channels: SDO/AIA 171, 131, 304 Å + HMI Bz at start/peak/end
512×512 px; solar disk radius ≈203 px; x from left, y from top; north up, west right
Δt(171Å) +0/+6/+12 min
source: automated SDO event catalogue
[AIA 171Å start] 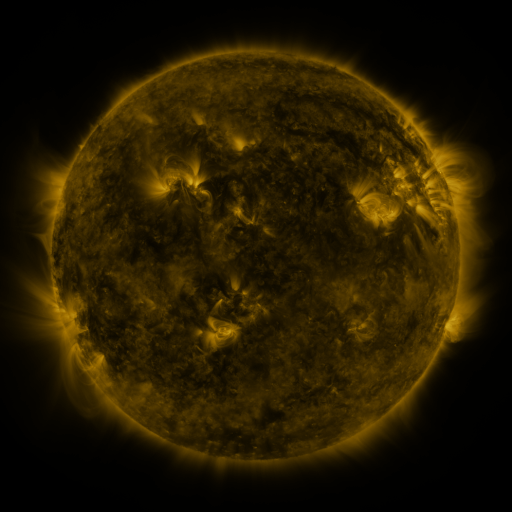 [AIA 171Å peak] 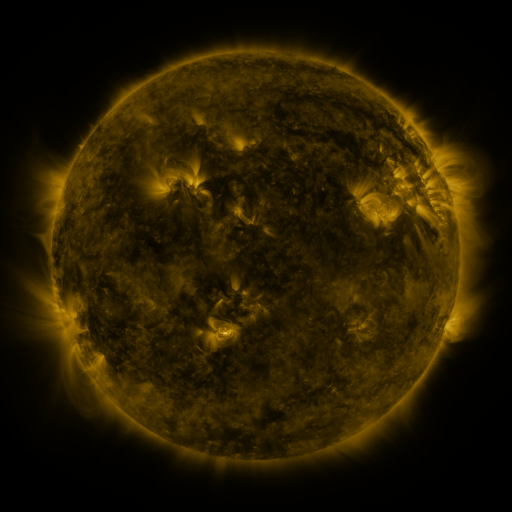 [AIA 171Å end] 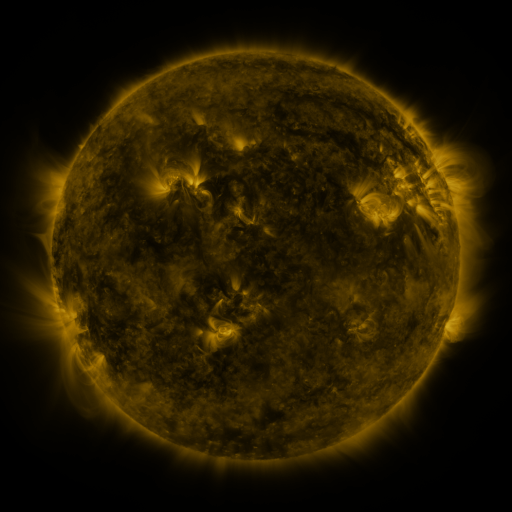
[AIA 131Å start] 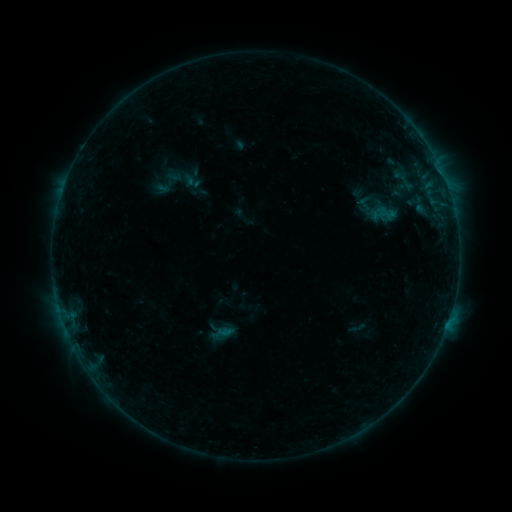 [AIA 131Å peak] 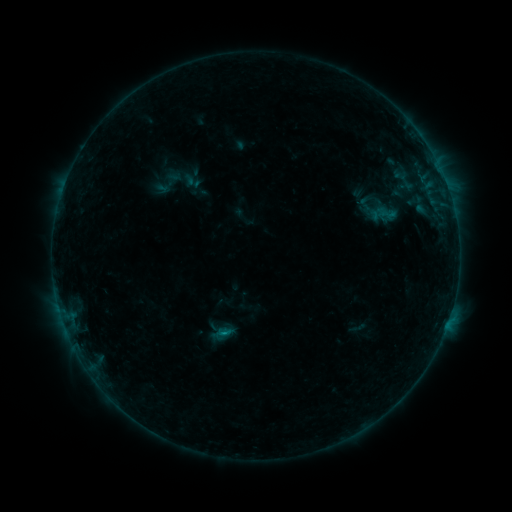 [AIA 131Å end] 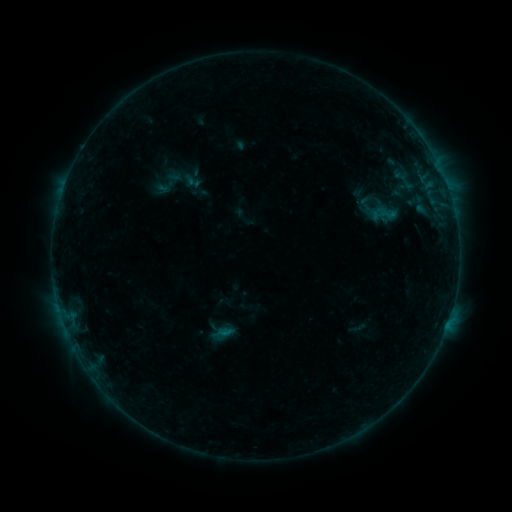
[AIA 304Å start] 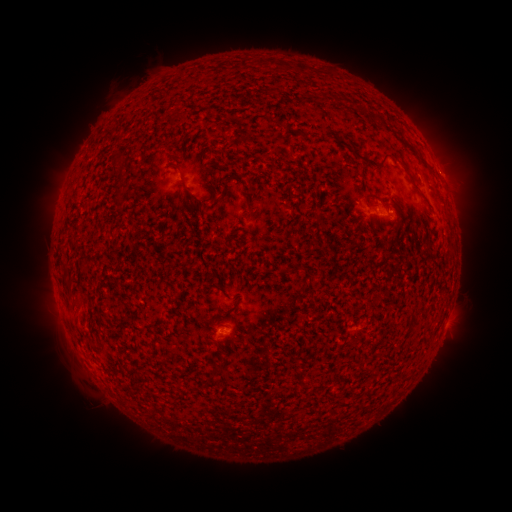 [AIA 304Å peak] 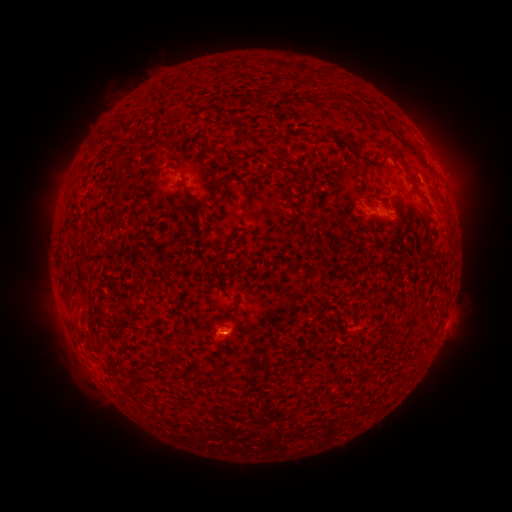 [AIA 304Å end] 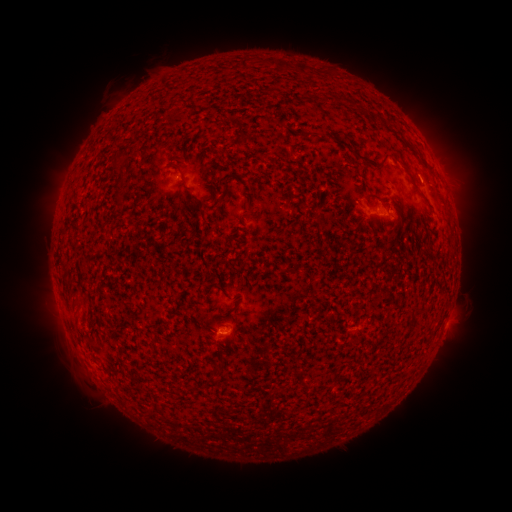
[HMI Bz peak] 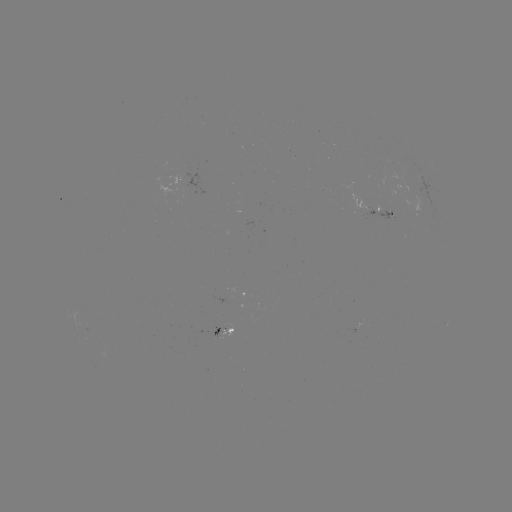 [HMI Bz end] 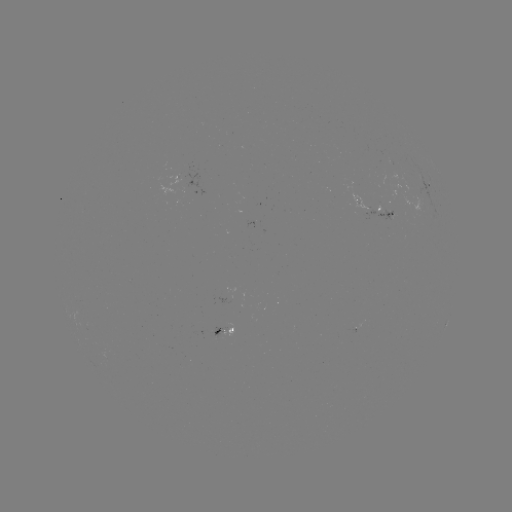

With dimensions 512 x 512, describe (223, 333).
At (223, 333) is B1.9 flare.